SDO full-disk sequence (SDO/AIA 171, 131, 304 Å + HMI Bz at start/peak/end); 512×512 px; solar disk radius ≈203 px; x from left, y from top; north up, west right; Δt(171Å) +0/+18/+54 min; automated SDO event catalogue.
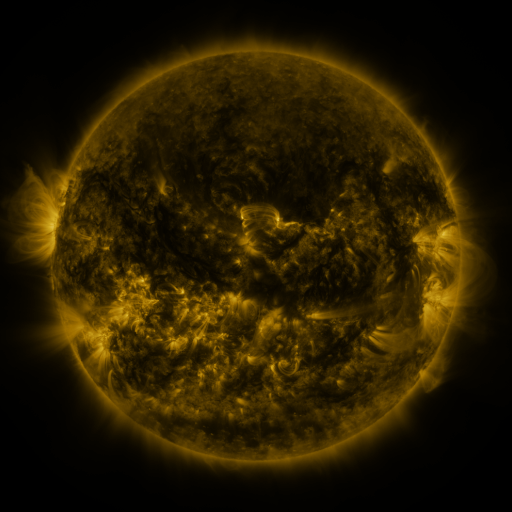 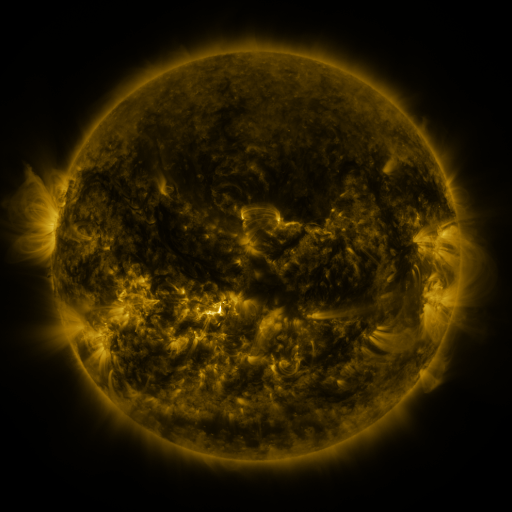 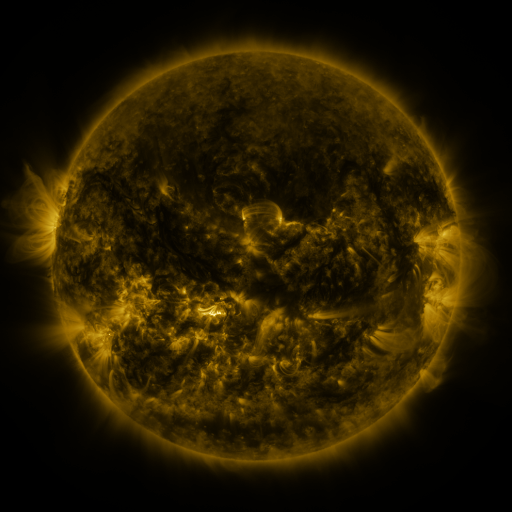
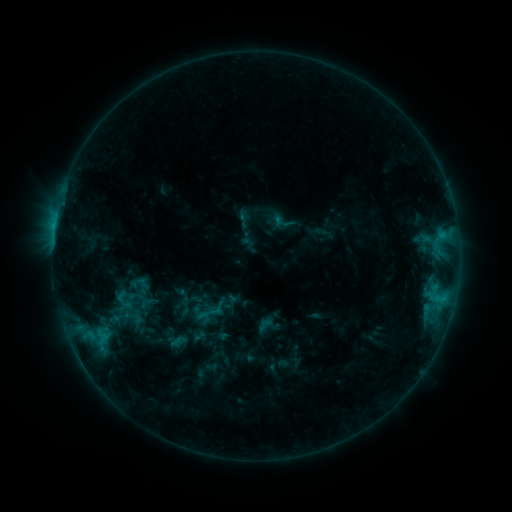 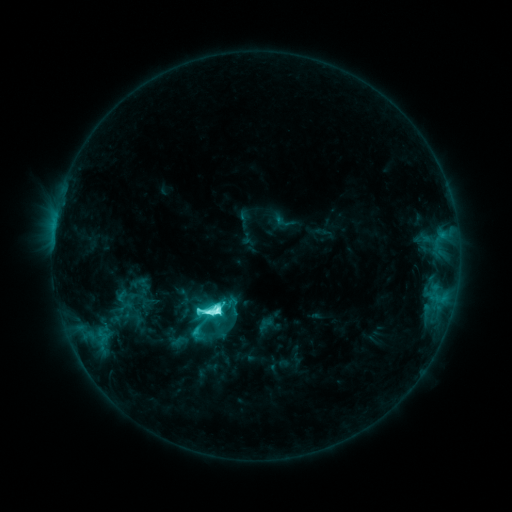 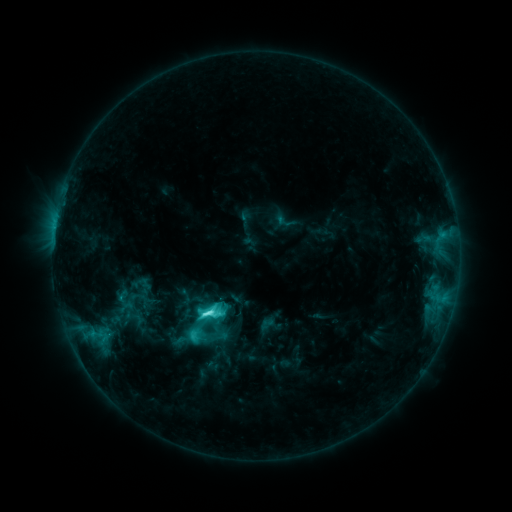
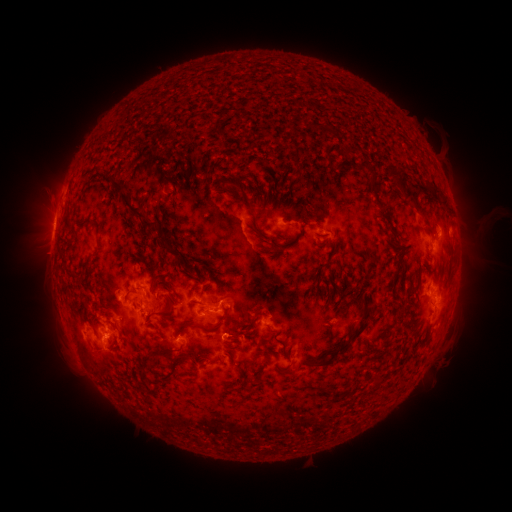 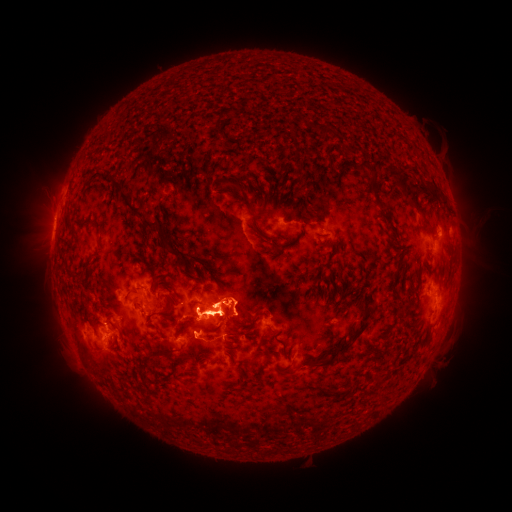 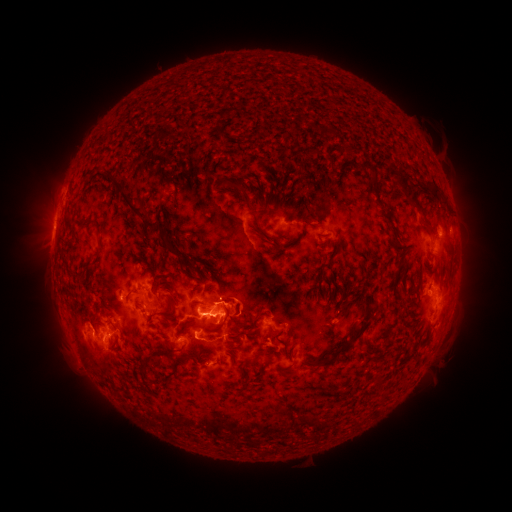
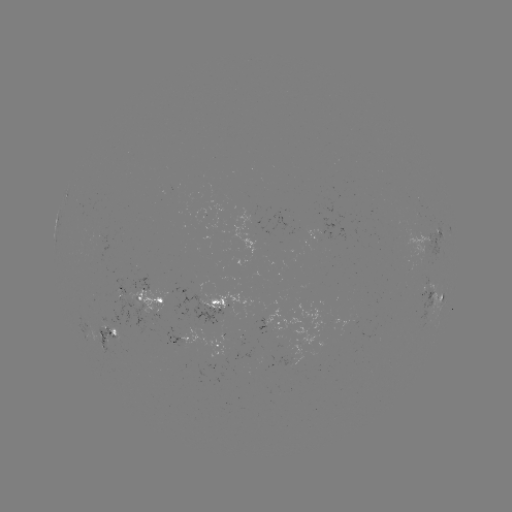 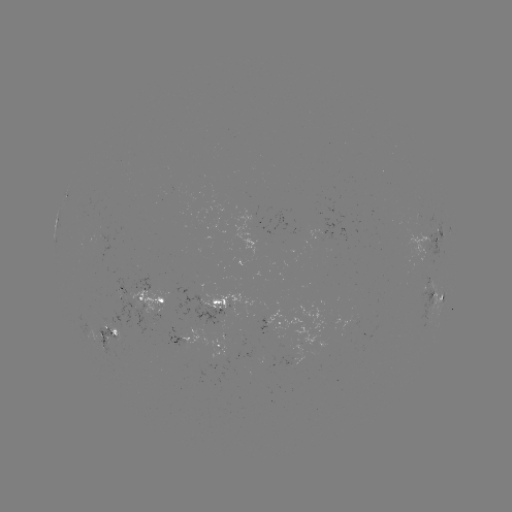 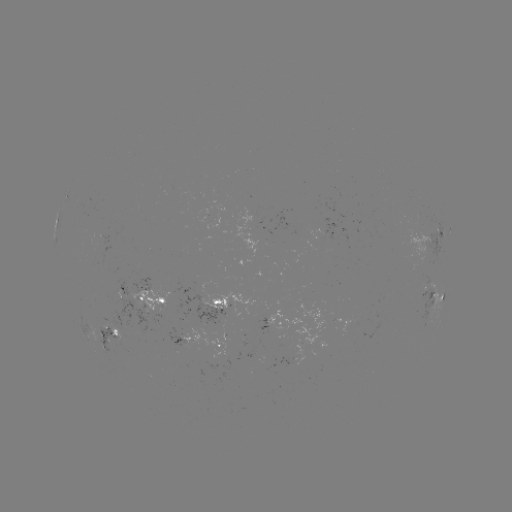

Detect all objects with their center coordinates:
M1.5 flare: (217, 311)
